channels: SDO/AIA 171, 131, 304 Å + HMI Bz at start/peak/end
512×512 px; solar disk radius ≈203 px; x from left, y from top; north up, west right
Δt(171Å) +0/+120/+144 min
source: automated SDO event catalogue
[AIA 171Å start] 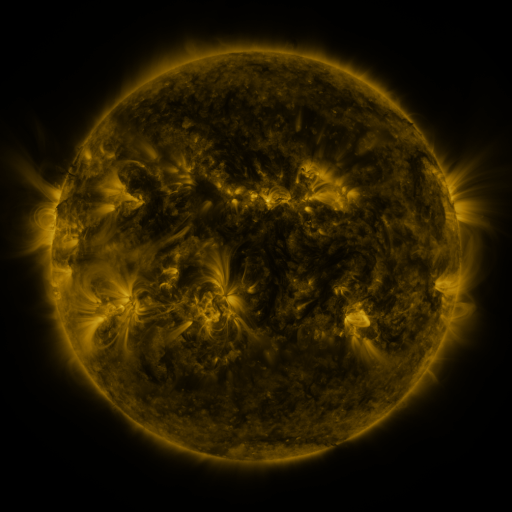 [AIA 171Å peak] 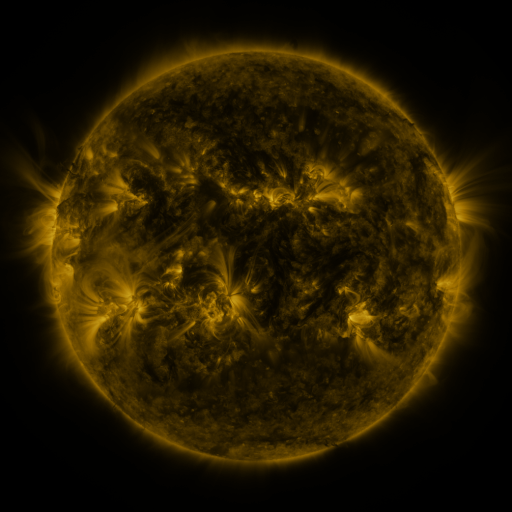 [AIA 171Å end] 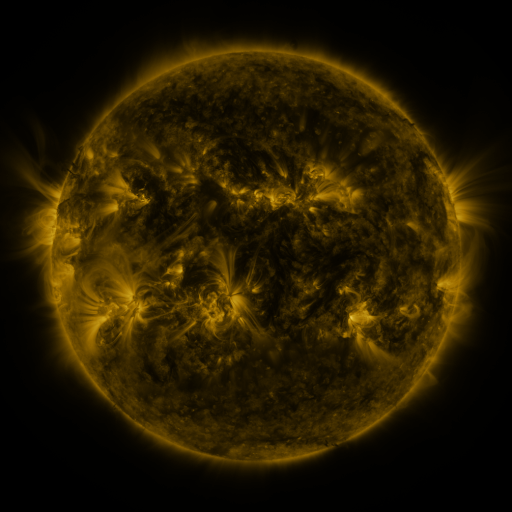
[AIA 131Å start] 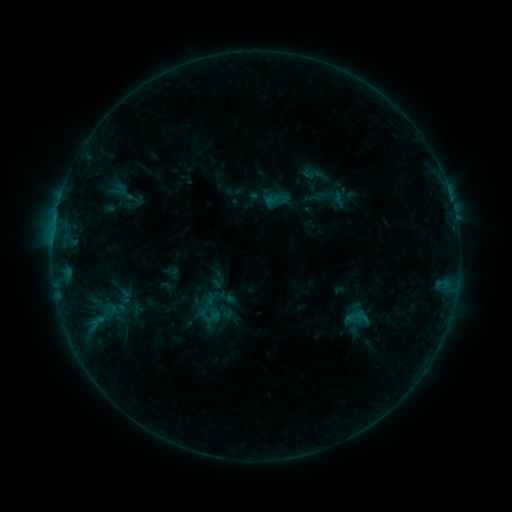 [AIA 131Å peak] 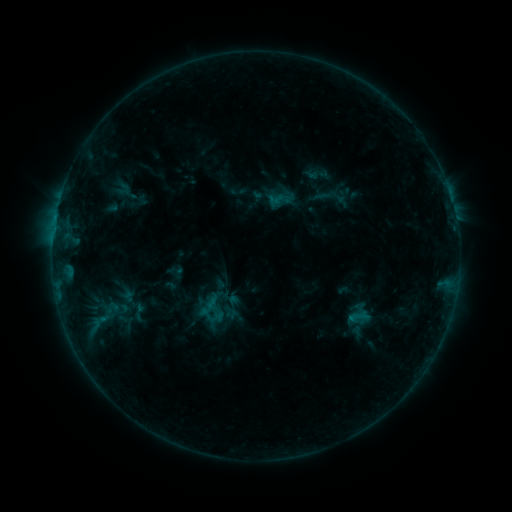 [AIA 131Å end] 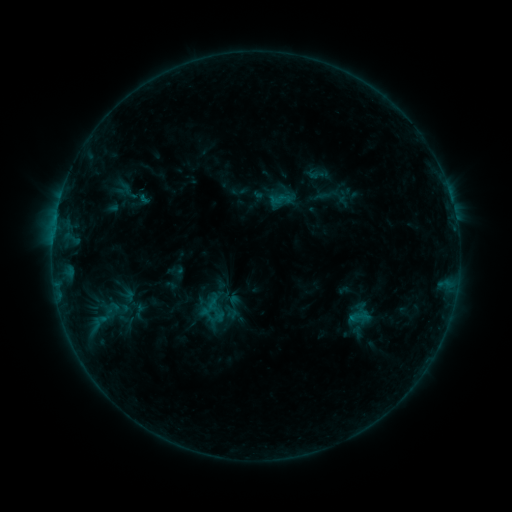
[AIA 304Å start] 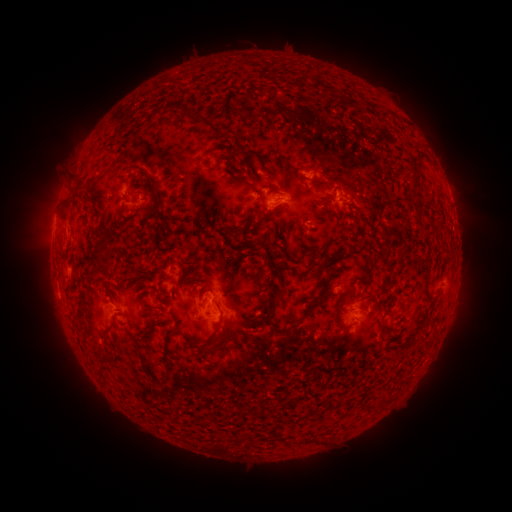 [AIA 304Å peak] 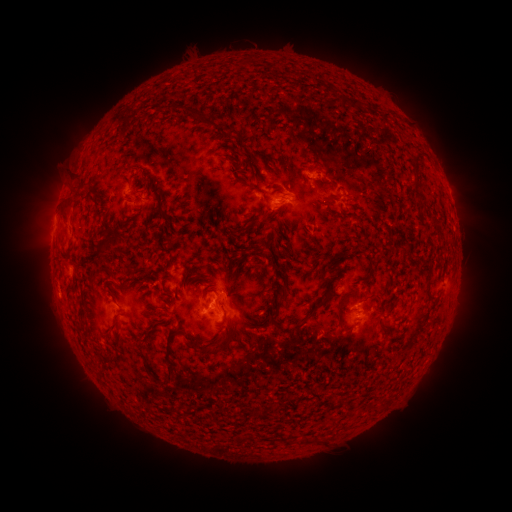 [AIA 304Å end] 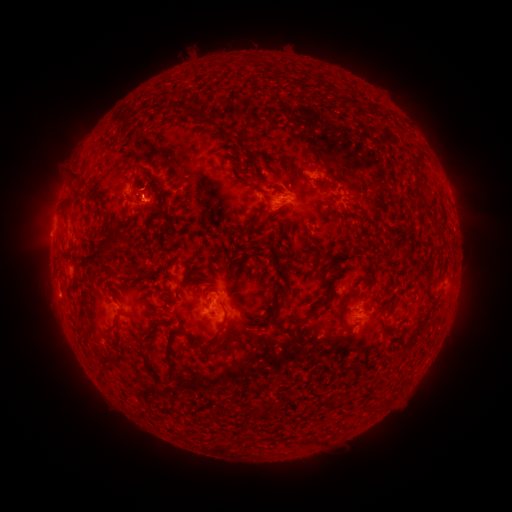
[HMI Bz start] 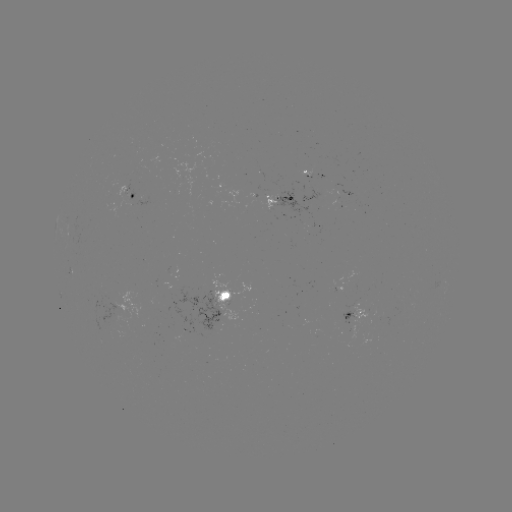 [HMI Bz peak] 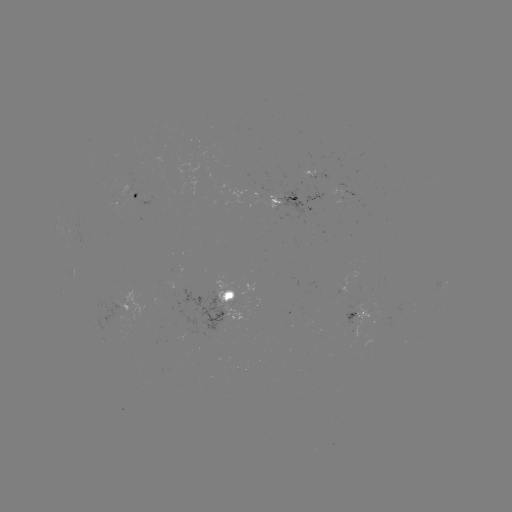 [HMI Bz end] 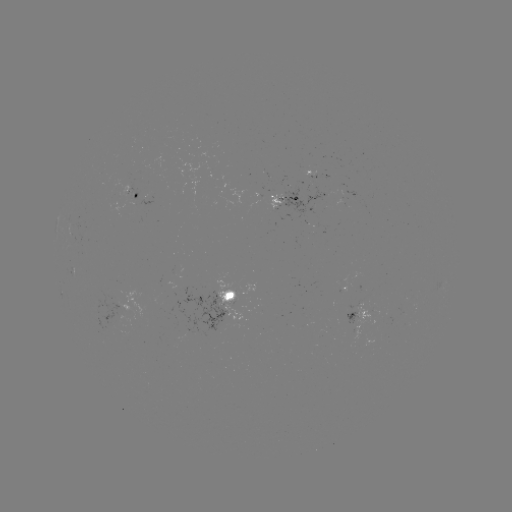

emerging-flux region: <bbox>296, 172, 316, 182</bbox>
